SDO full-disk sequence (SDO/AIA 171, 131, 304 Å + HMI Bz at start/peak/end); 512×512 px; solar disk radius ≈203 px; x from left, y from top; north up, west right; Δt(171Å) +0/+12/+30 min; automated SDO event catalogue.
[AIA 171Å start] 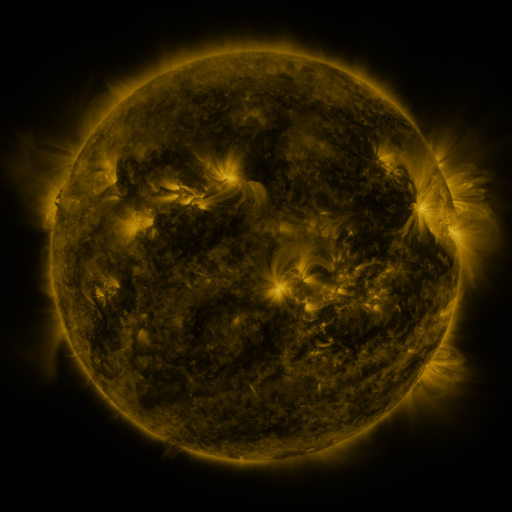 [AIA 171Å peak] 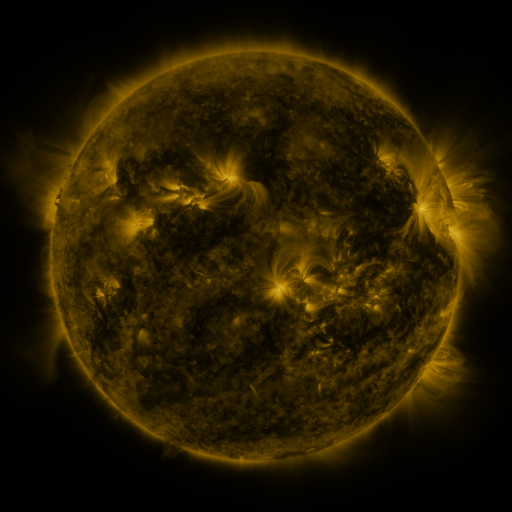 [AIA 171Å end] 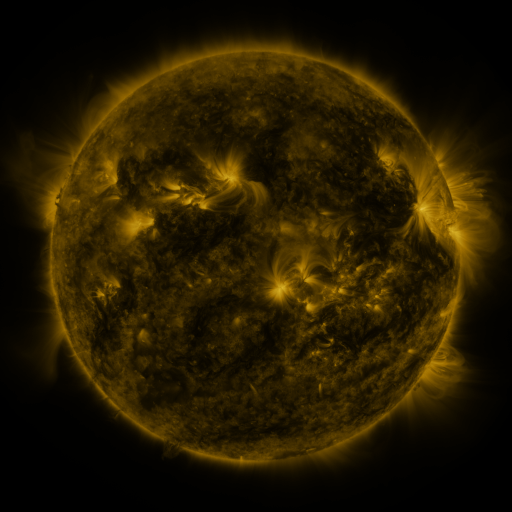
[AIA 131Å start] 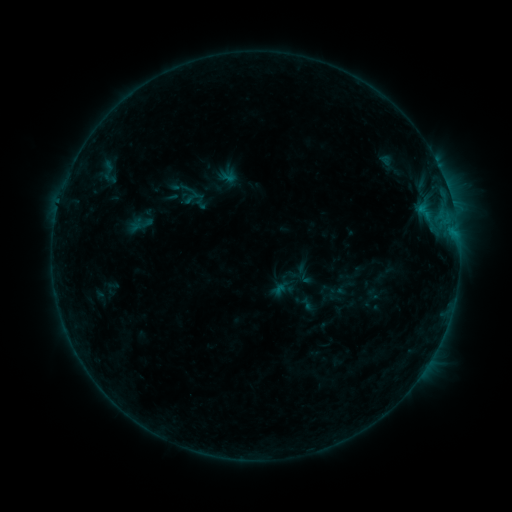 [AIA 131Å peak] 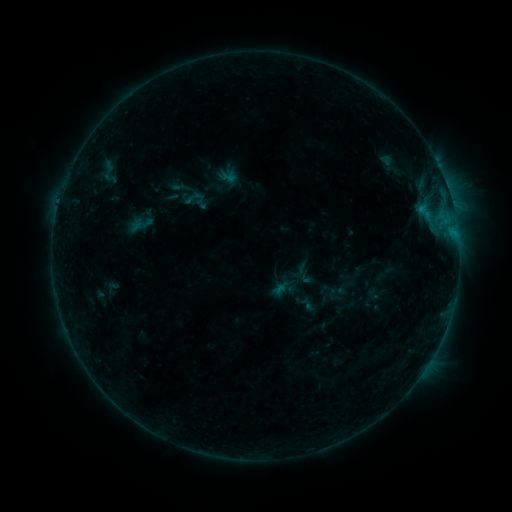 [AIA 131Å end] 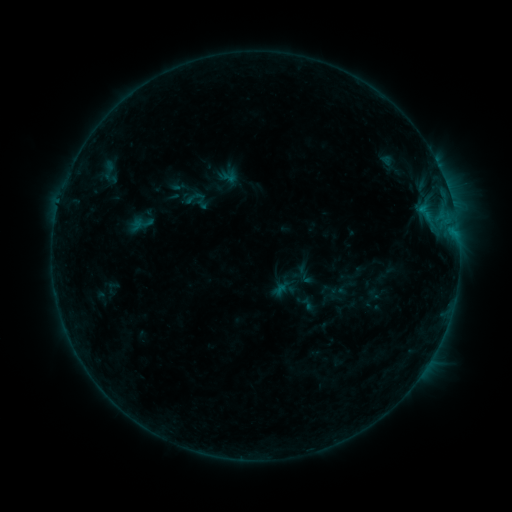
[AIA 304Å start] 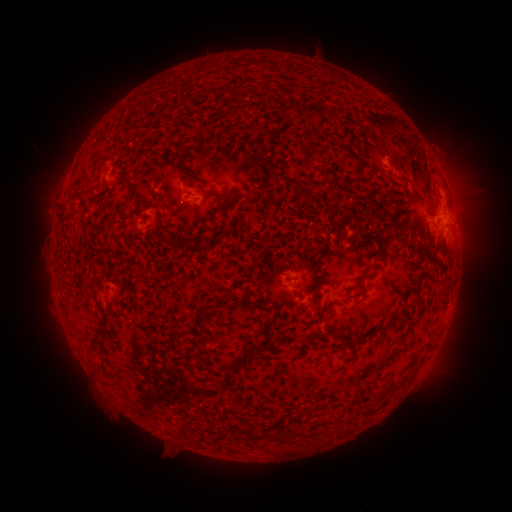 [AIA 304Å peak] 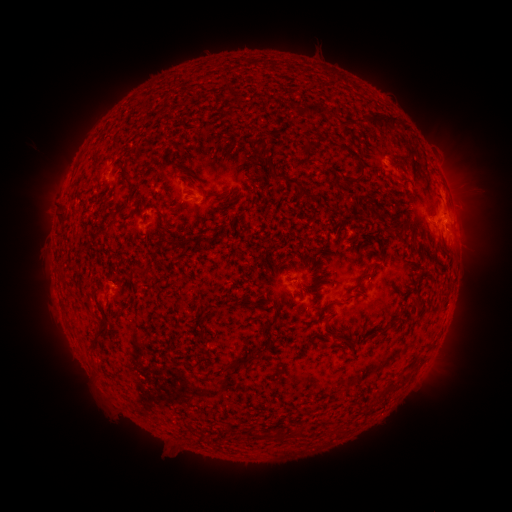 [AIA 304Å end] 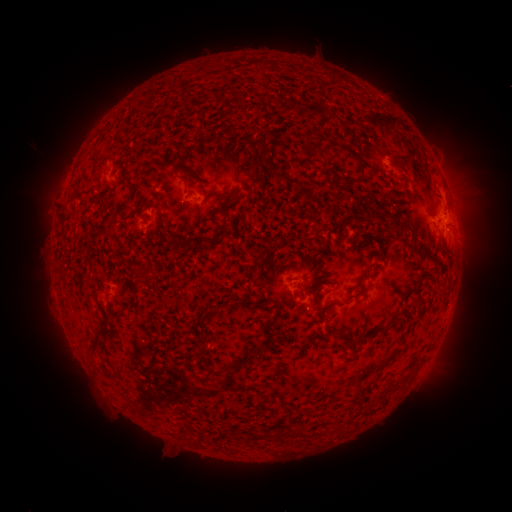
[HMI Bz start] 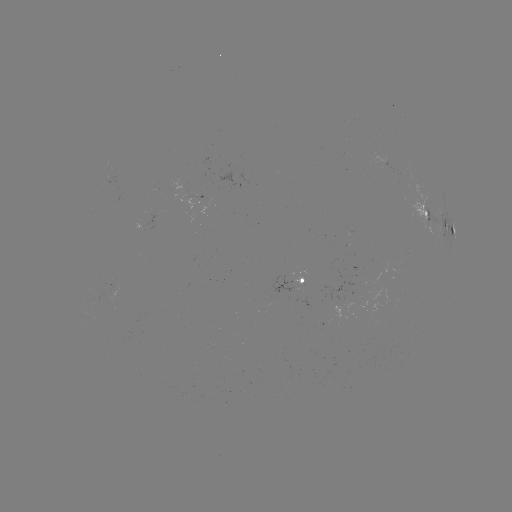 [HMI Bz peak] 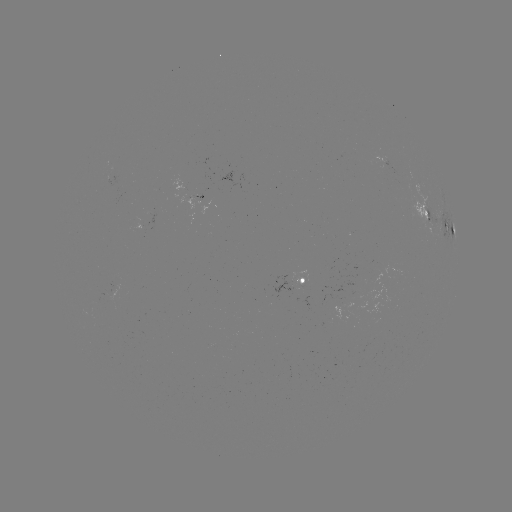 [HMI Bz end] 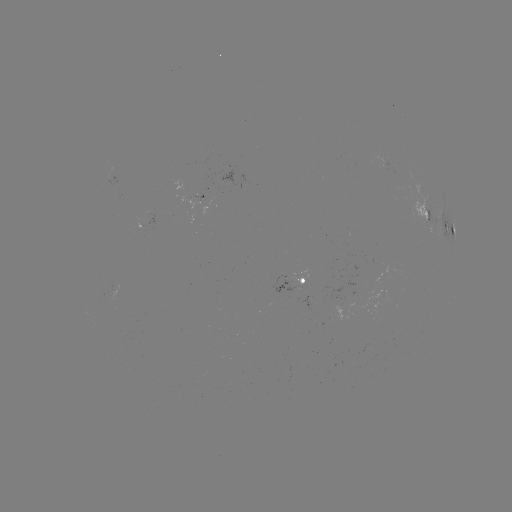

no flare in any classed list; no EUV-trigger detection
